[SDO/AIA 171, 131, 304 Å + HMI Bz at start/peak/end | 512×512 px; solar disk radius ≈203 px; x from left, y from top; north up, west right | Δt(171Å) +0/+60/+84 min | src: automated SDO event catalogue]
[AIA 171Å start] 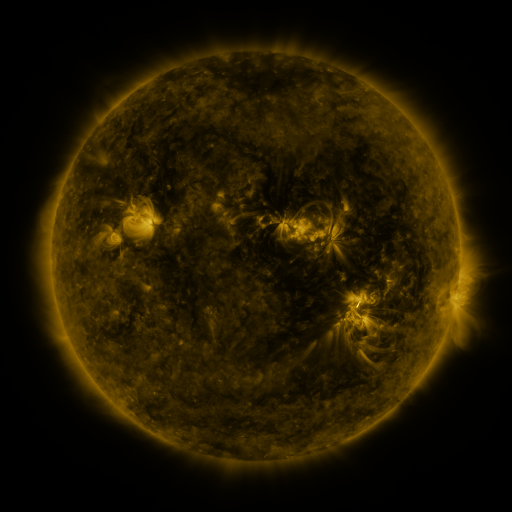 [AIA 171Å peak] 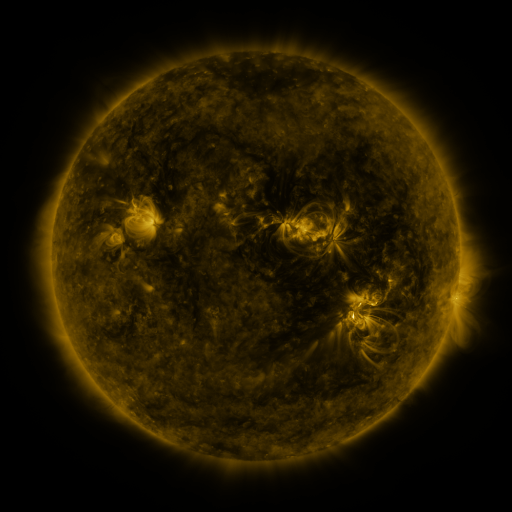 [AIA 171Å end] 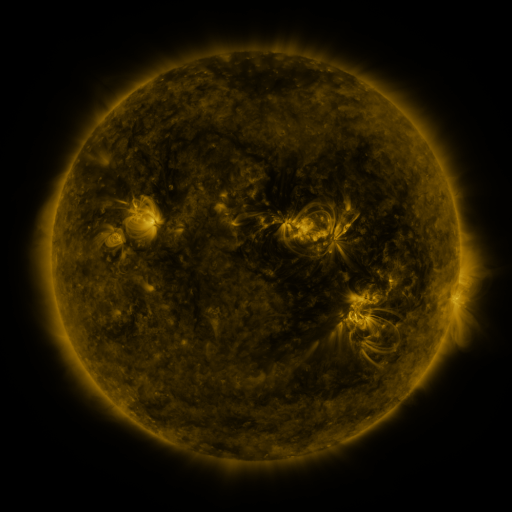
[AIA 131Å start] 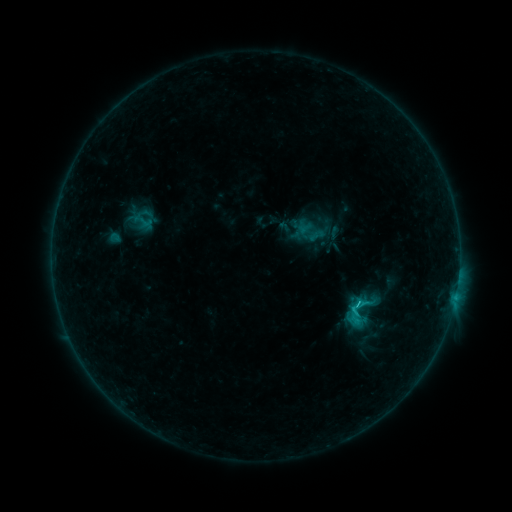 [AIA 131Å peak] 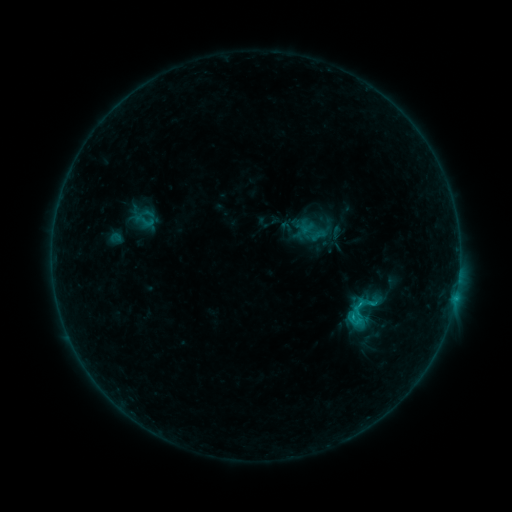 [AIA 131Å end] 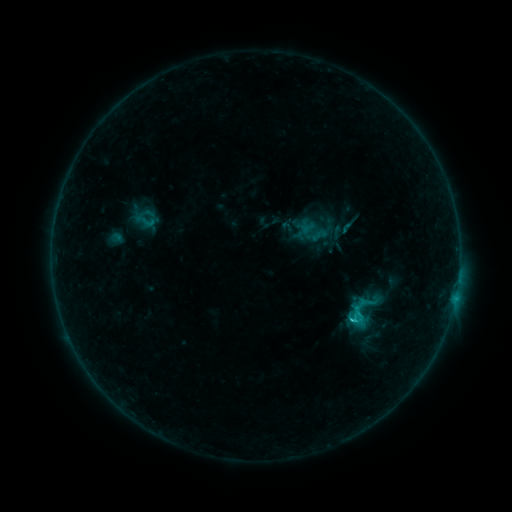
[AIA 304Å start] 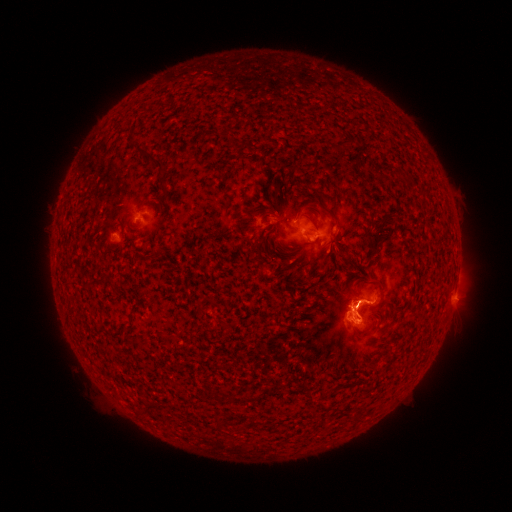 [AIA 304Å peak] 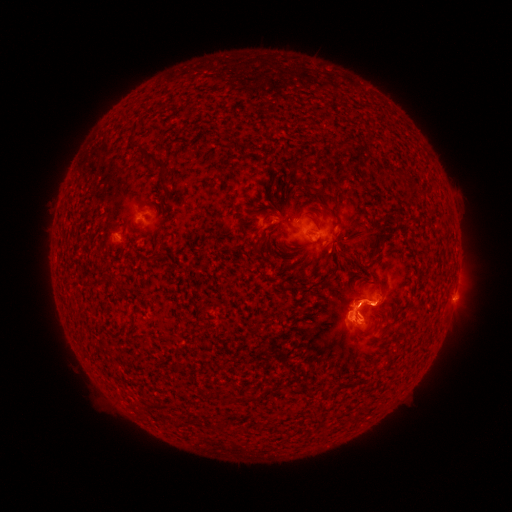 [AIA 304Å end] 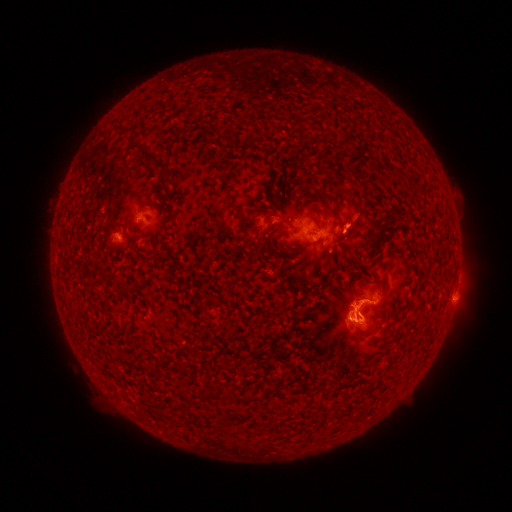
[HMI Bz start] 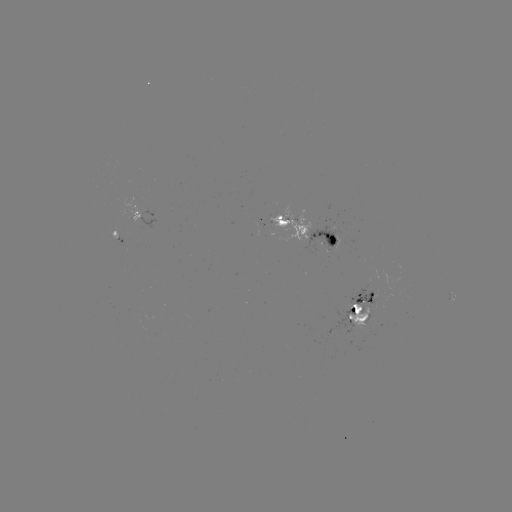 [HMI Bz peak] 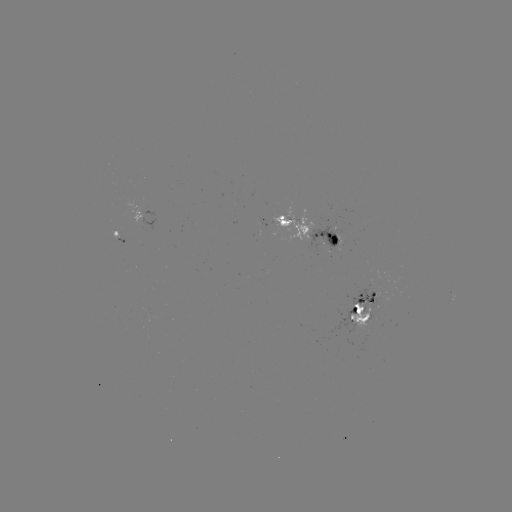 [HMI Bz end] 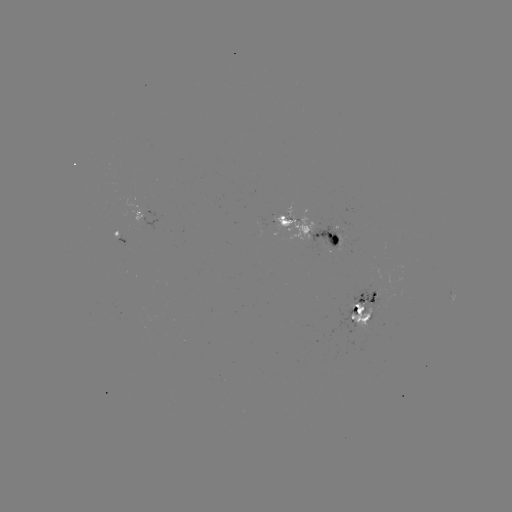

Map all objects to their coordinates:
emerging-flux region: (335, 238)
